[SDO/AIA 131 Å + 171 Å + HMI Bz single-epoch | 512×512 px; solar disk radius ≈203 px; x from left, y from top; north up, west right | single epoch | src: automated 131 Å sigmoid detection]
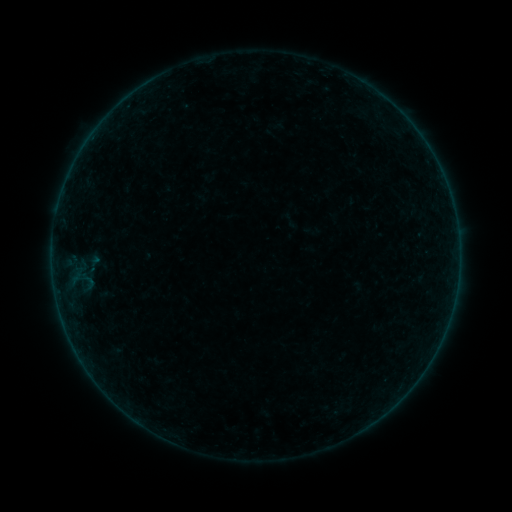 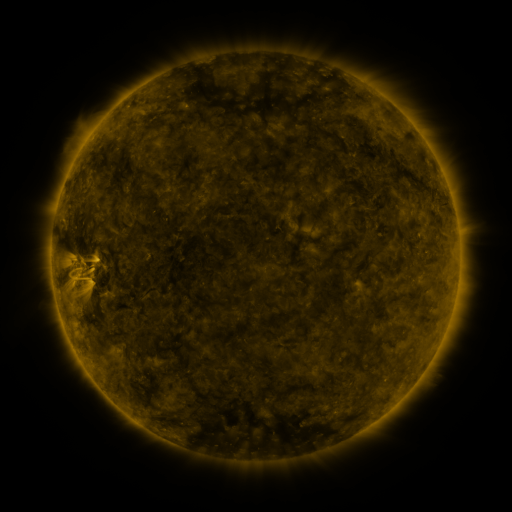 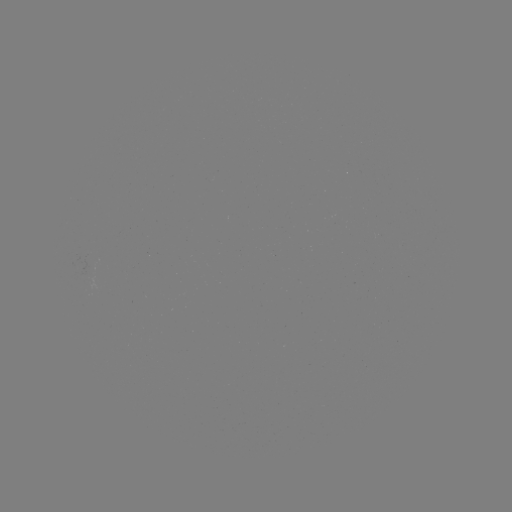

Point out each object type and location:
sigmoid: (93, 264)
